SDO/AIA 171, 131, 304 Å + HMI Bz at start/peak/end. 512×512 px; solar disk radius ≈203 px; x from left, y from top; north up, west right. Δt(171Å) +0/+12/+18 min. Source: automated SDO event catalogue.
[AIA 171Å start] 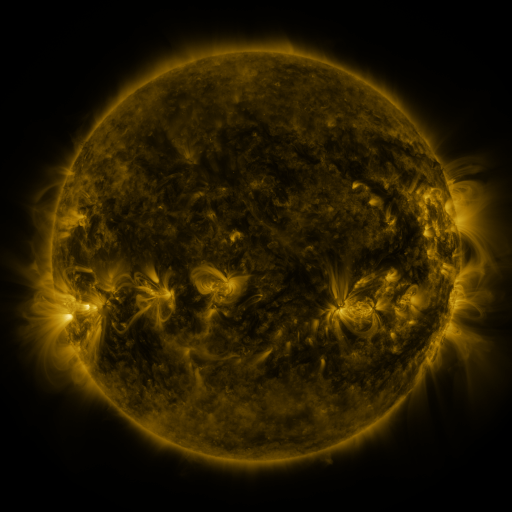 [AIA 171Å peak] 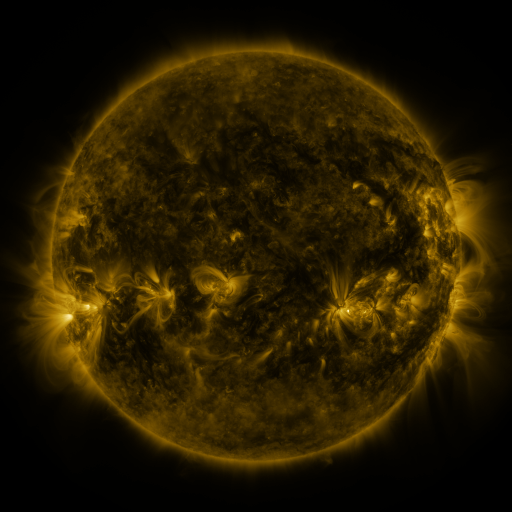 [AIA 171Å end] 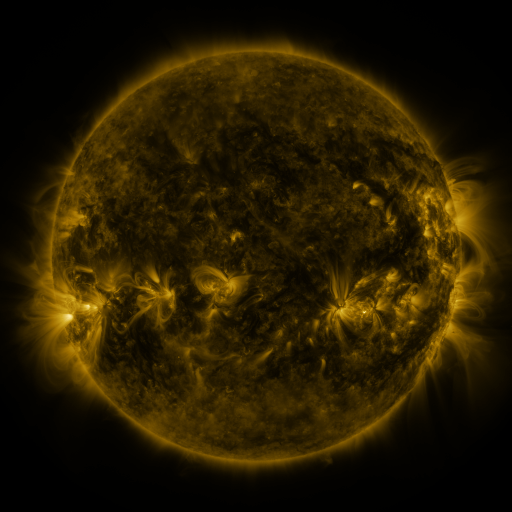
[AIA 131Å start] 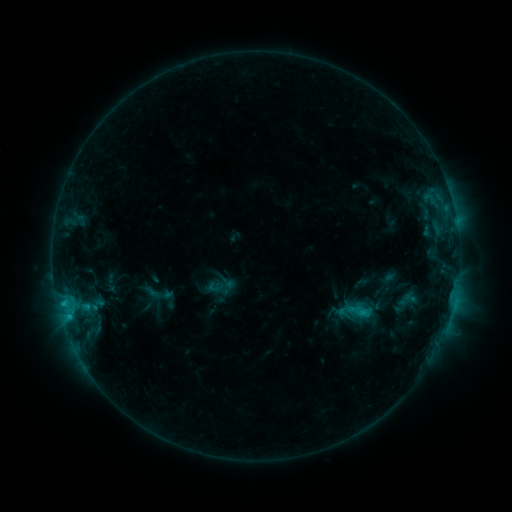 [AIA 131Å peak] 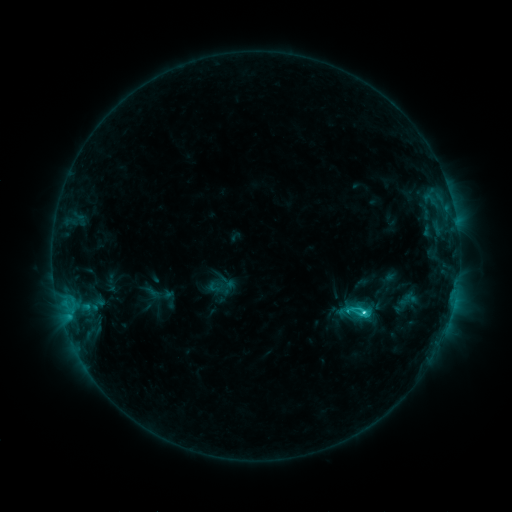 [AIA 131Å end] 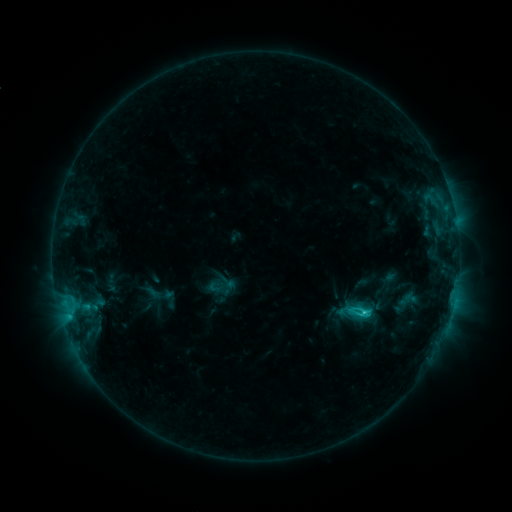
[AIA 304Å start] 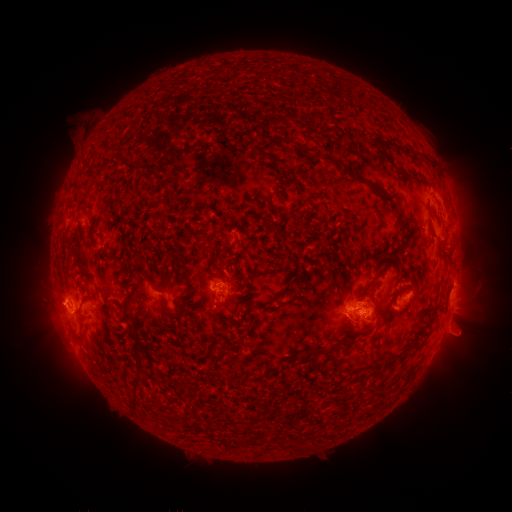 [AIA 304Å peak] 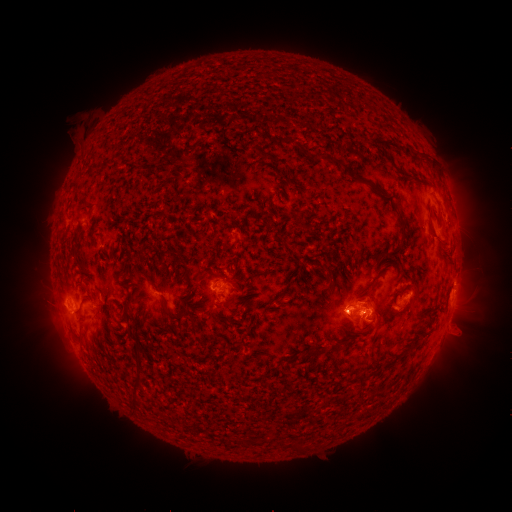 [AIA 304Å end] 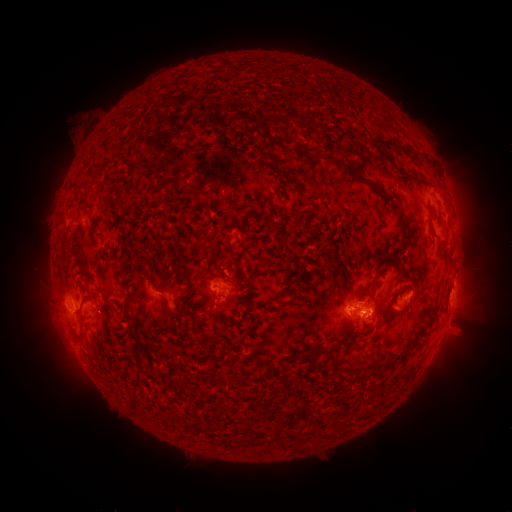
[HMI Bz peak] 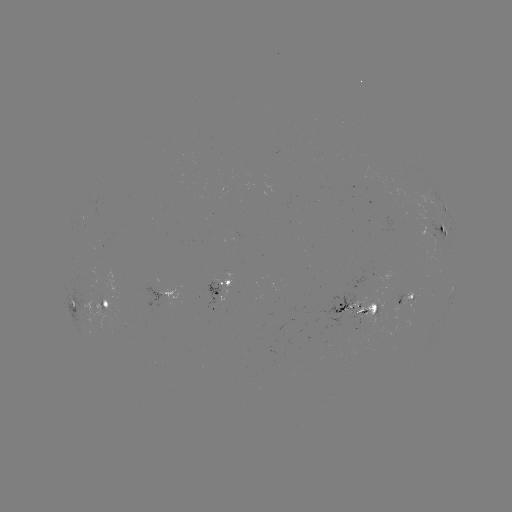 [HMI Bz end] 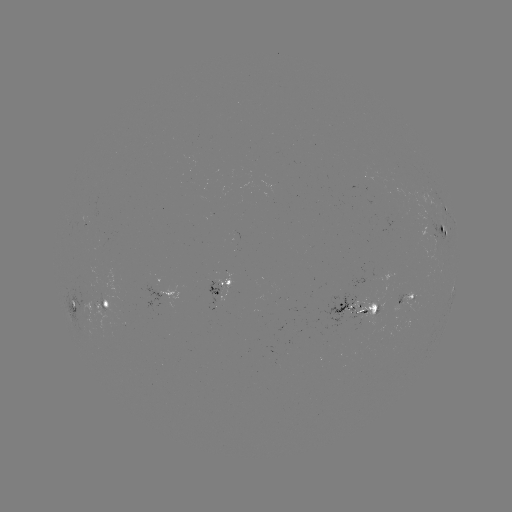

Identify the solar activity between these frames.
C2.7 flare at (362, 310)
